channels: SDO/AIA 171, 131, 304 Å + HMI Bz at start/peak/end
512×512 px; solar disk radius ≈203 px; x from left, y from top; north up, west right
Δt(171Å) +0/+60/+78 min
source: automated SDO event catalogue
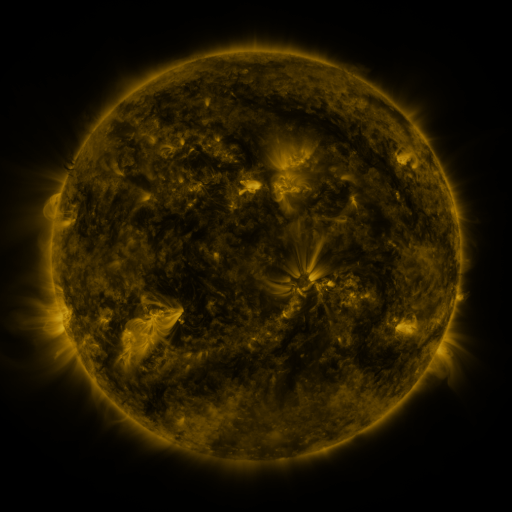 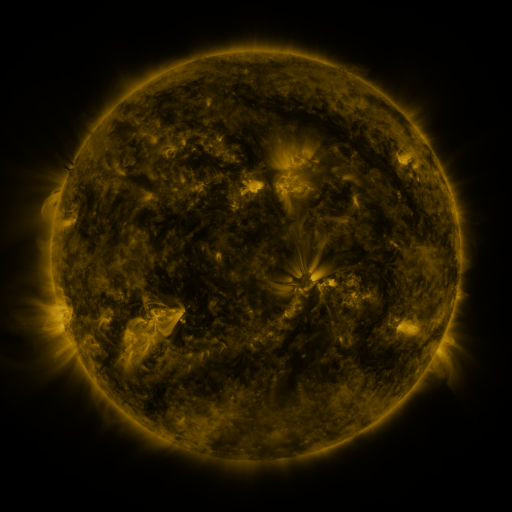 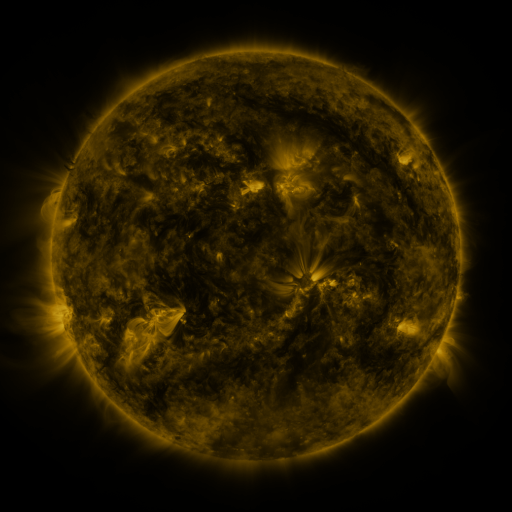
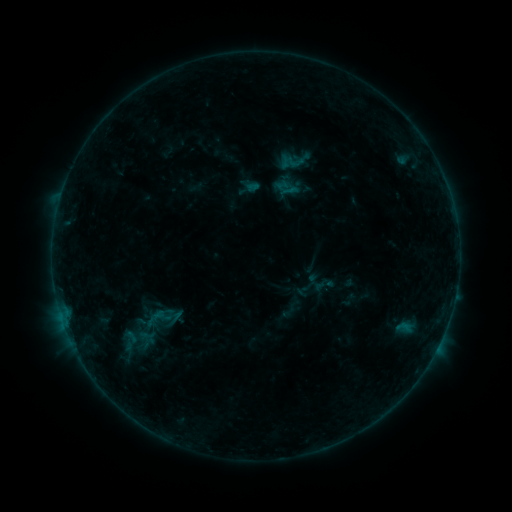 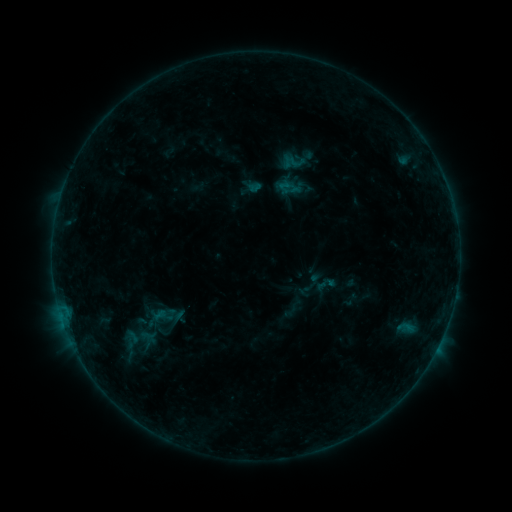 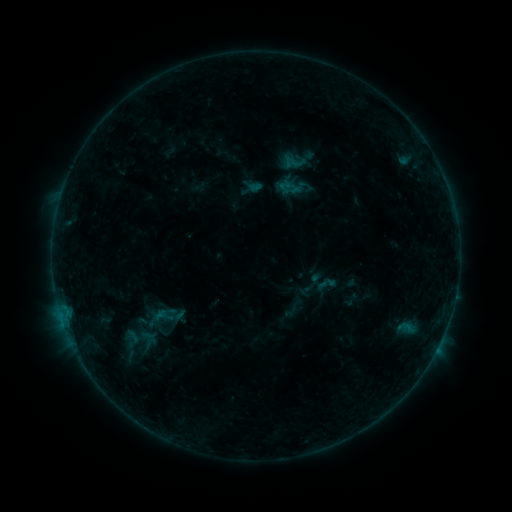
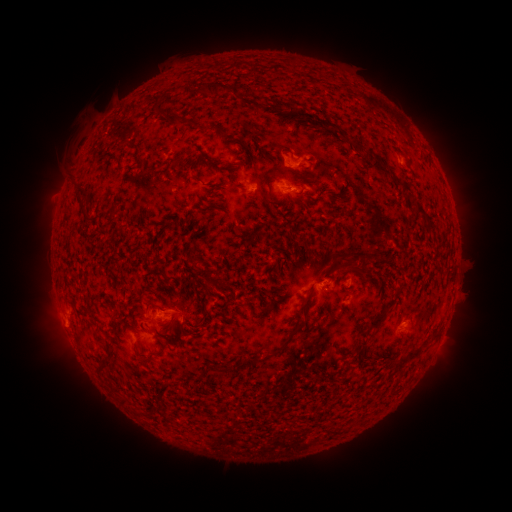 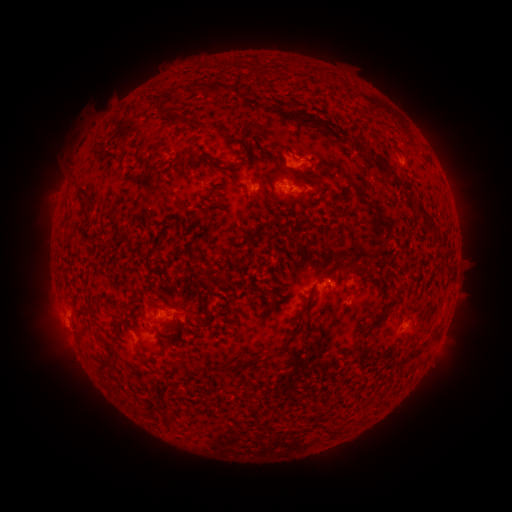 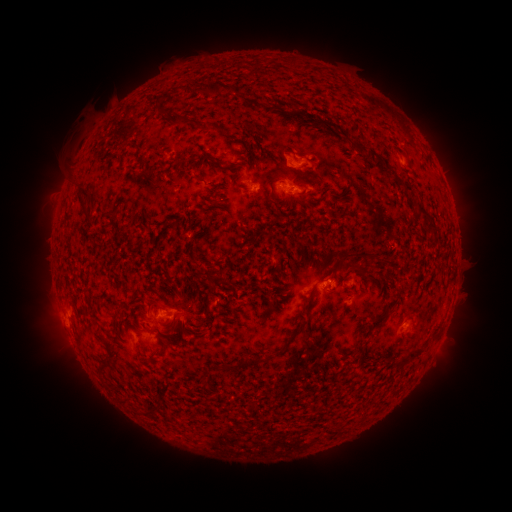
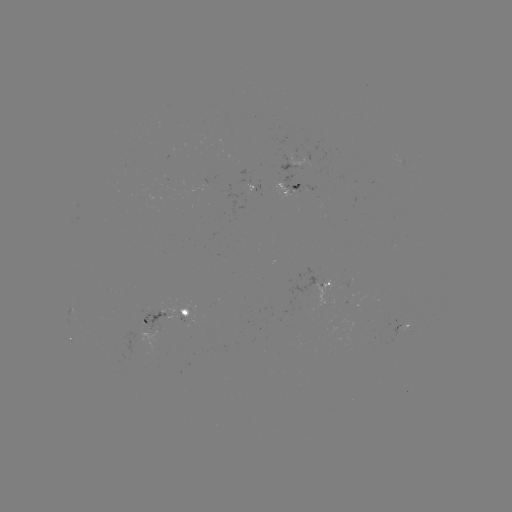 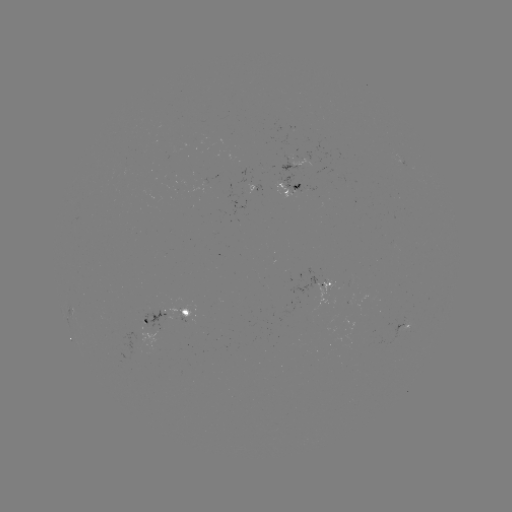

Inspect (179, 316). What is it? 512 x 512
emerging-flux region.